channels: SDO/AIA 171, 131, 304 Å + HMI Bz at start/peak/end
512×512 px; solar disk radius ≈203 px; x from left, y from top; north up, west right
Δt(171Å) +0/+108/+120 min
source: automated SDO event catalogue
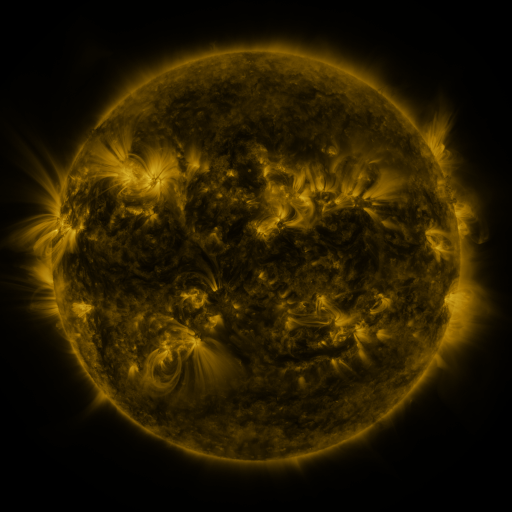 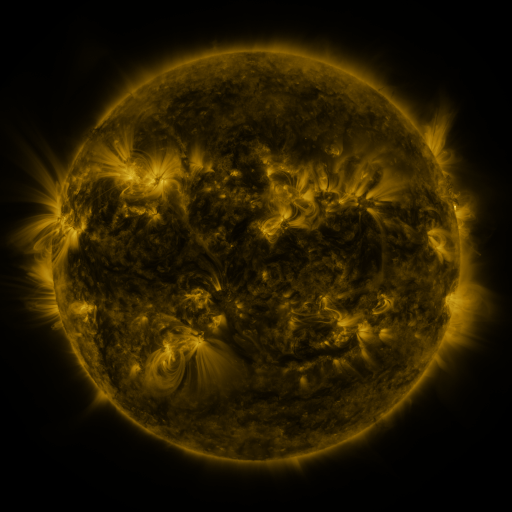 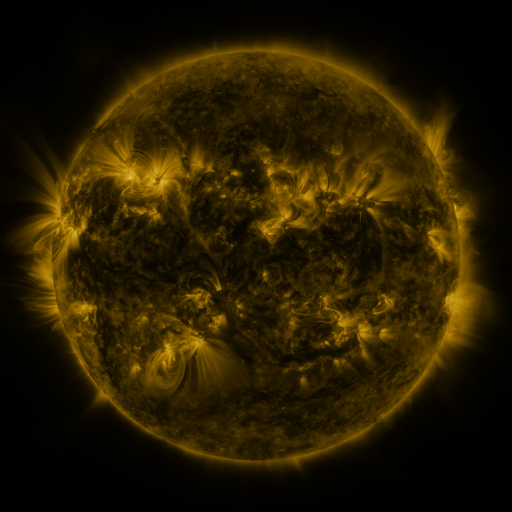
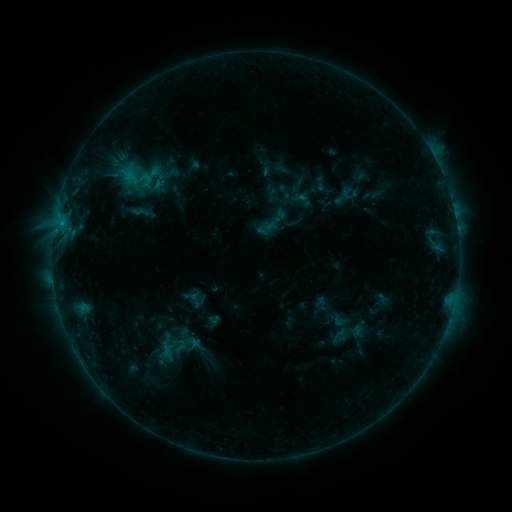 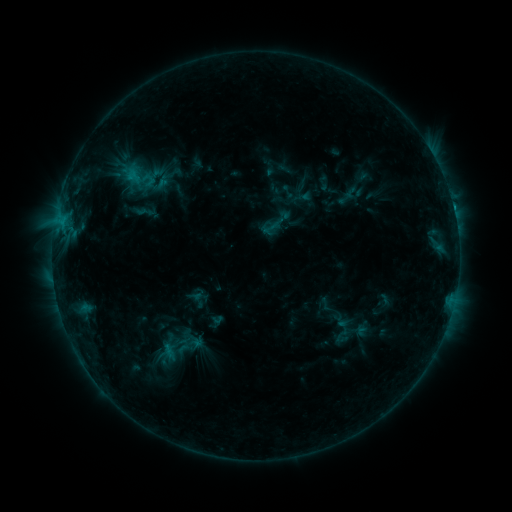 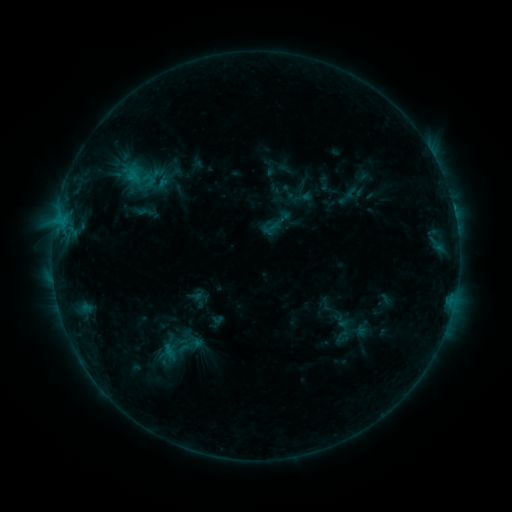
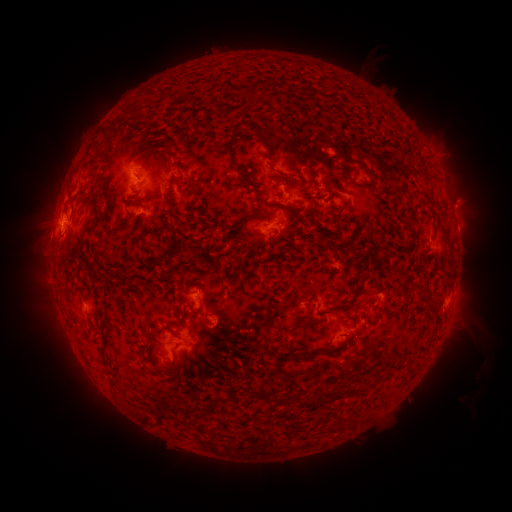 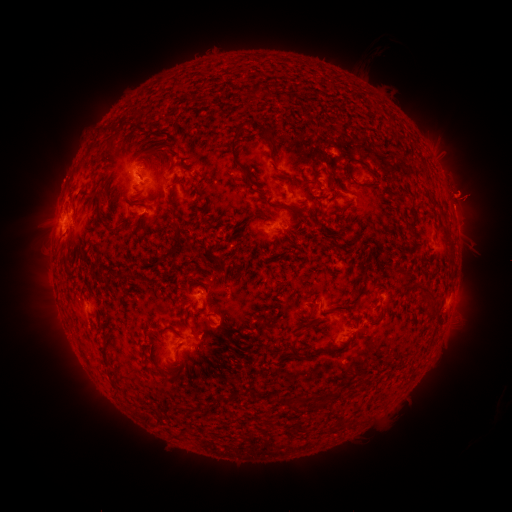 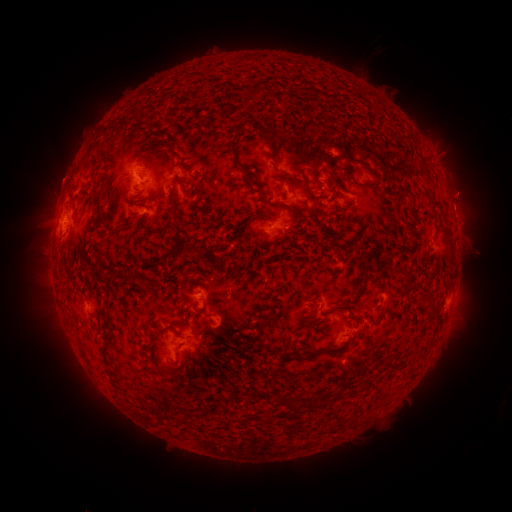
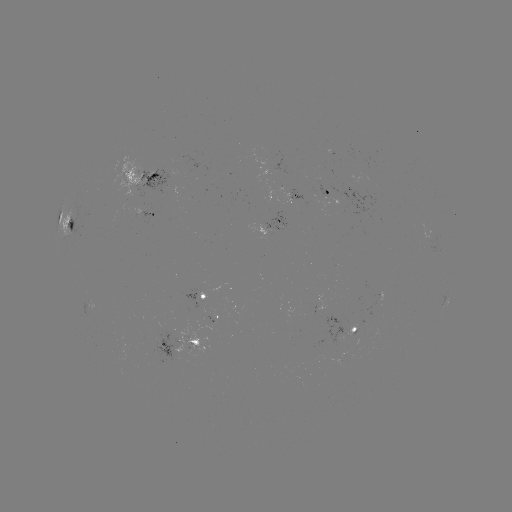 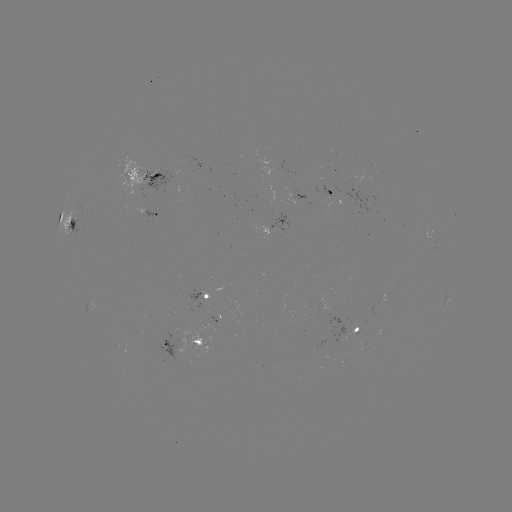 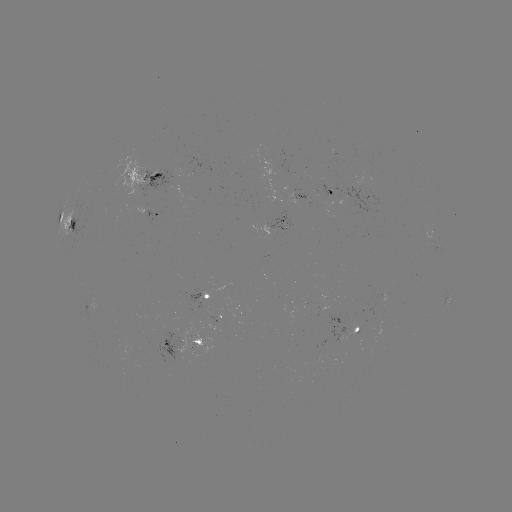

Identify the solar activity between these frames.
emerging-flux region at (330, 193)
